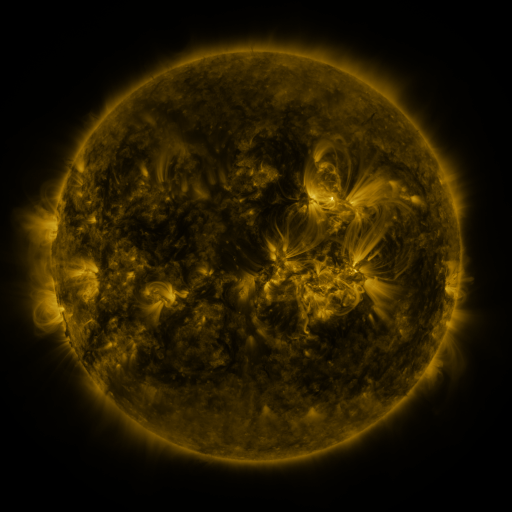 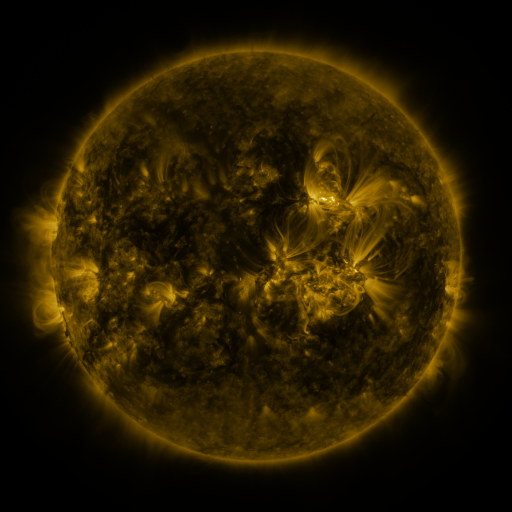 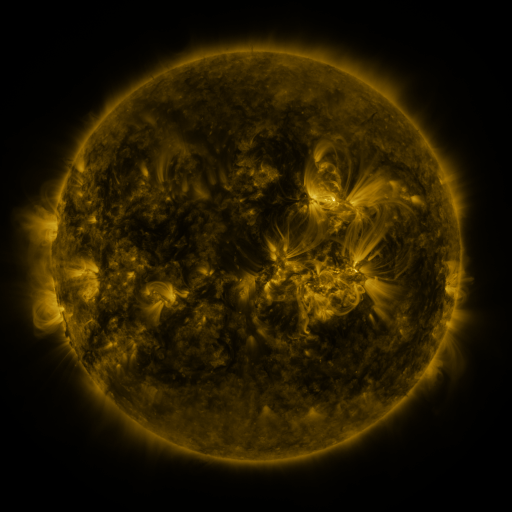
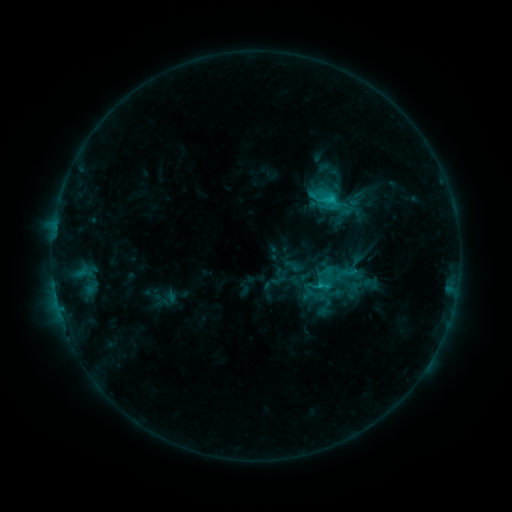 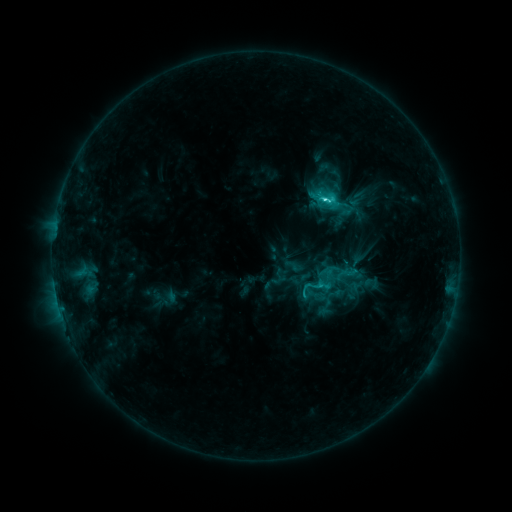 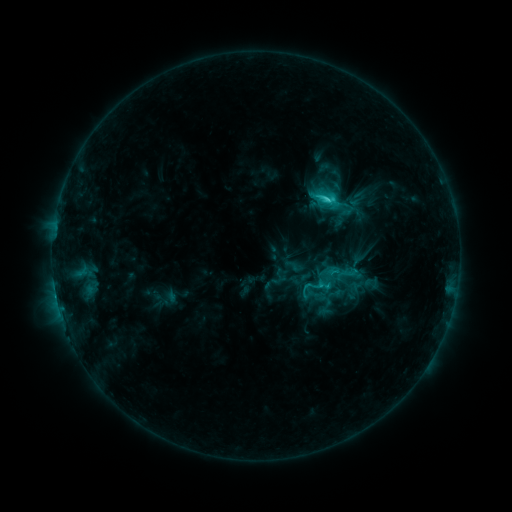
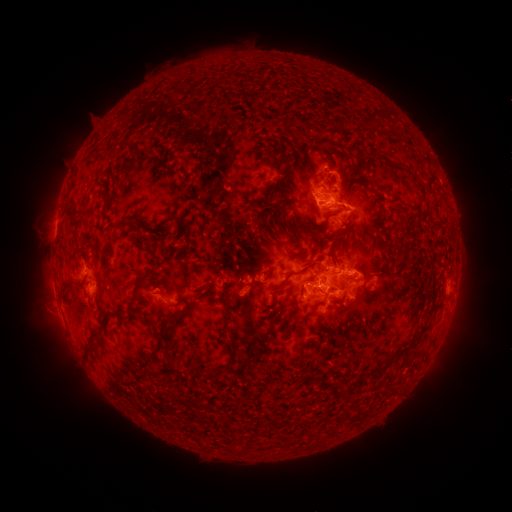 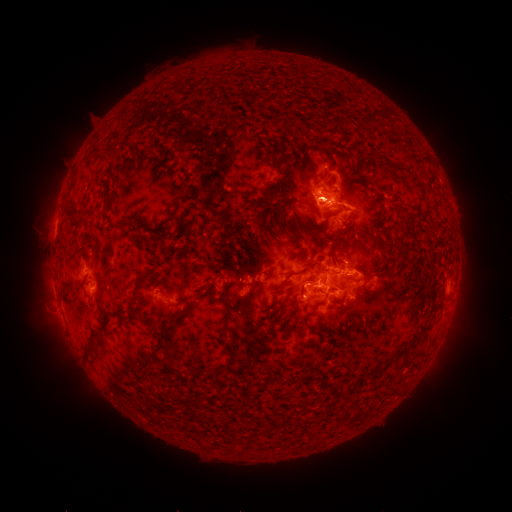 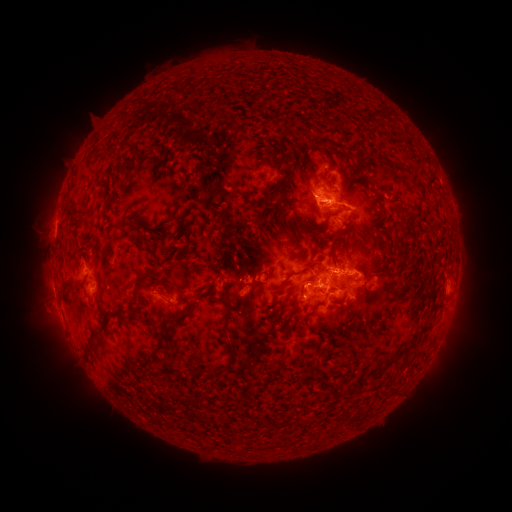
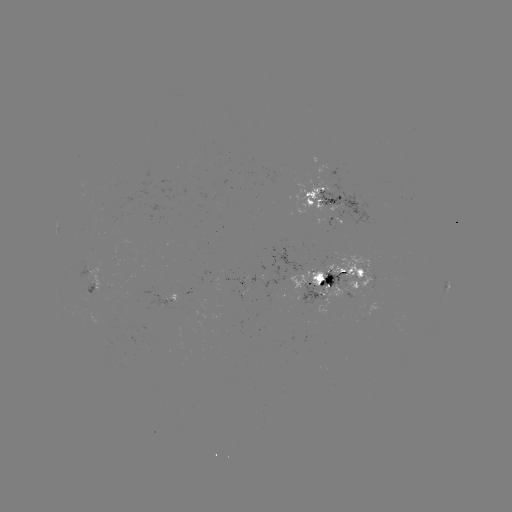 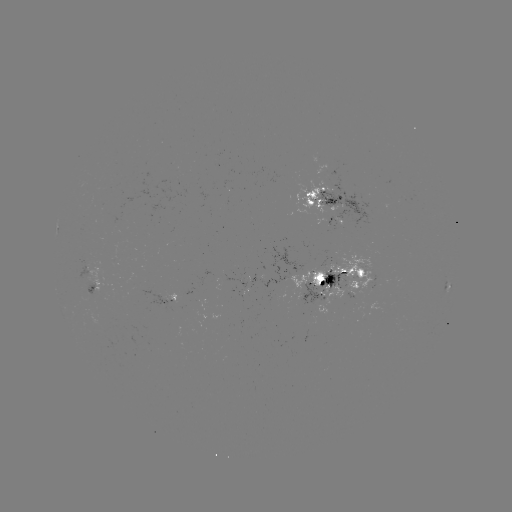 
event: flare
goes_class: C3.8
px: (324, 203)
